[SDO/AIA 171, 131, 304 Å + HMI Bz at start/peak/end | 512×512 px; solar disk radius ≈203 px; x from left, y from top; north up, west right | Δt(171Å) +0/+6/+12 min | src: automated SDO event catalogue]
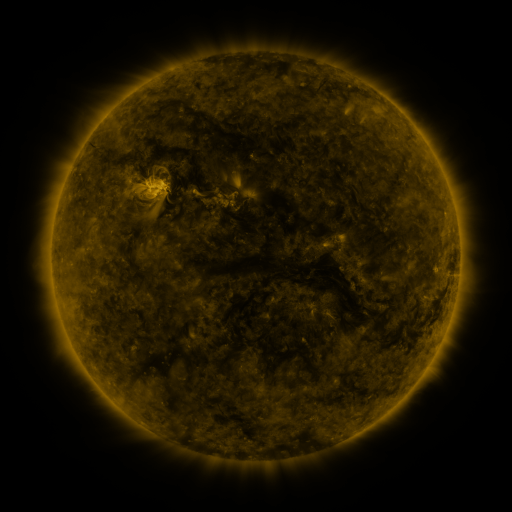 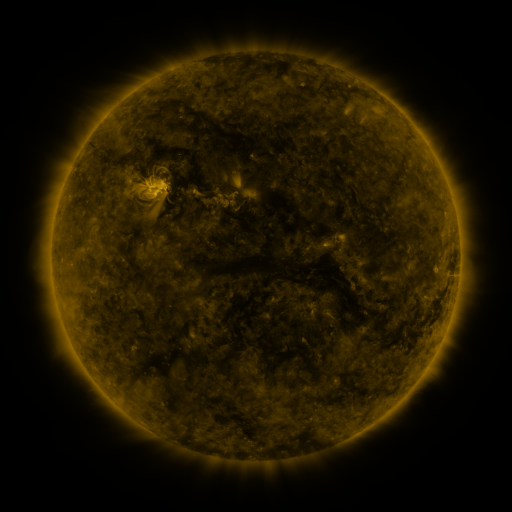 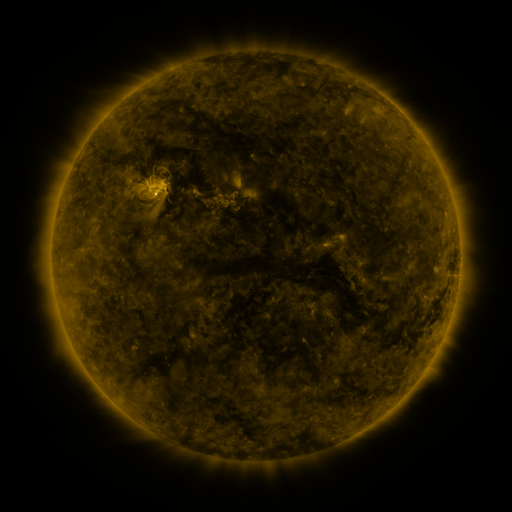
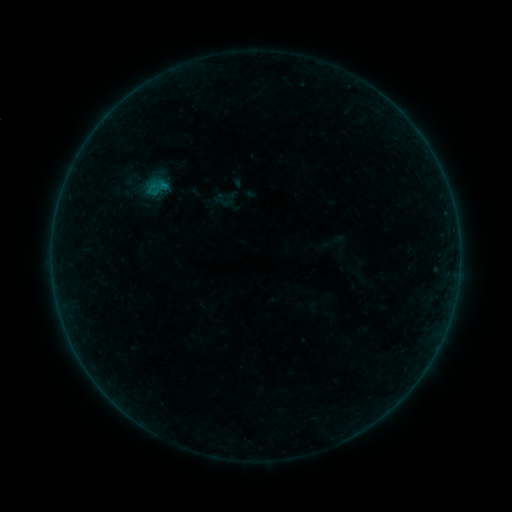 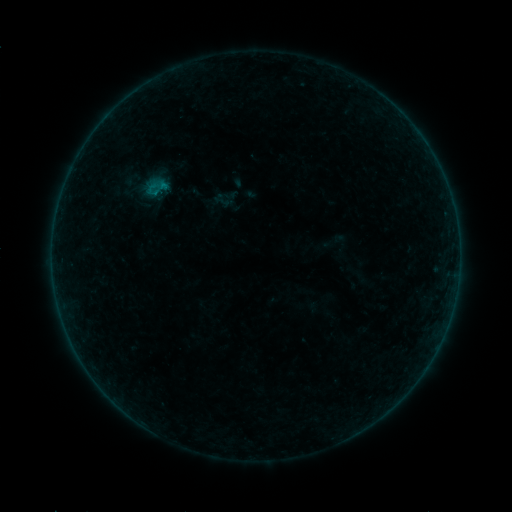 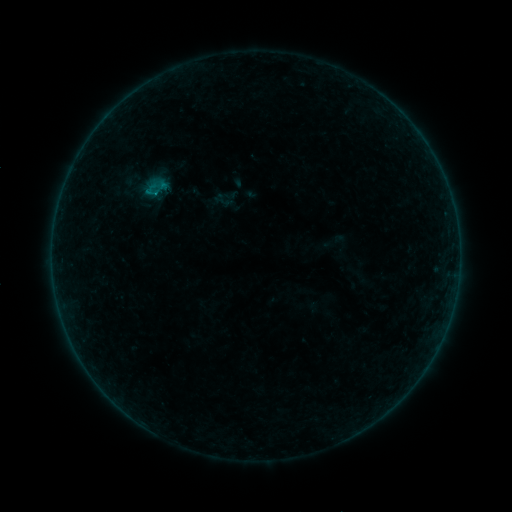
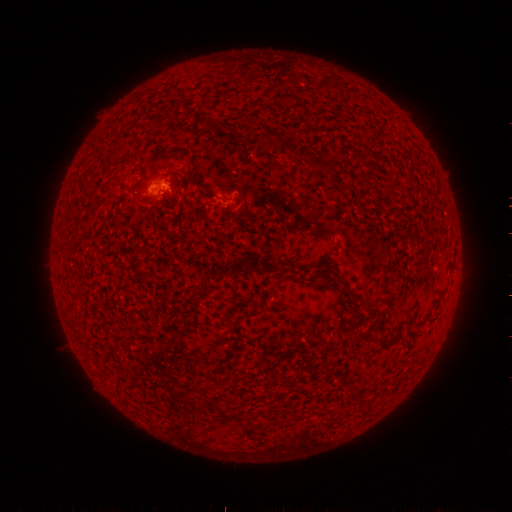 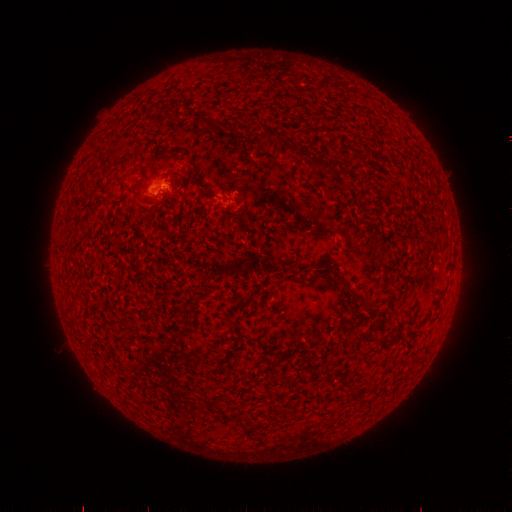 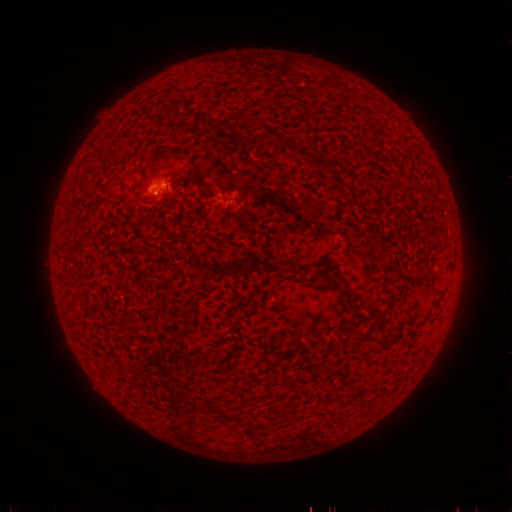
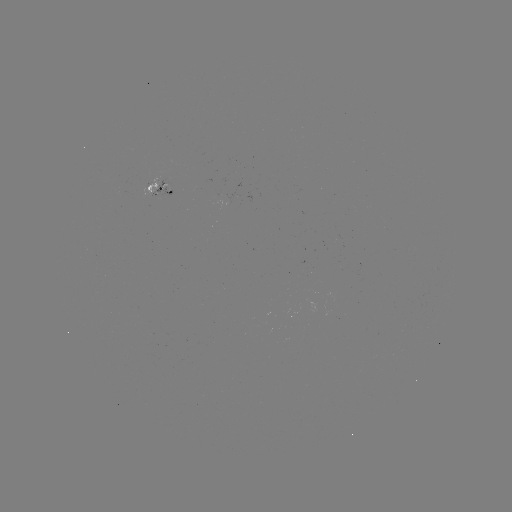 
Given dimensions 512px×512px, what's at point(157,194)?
B3.3 flare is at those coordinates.